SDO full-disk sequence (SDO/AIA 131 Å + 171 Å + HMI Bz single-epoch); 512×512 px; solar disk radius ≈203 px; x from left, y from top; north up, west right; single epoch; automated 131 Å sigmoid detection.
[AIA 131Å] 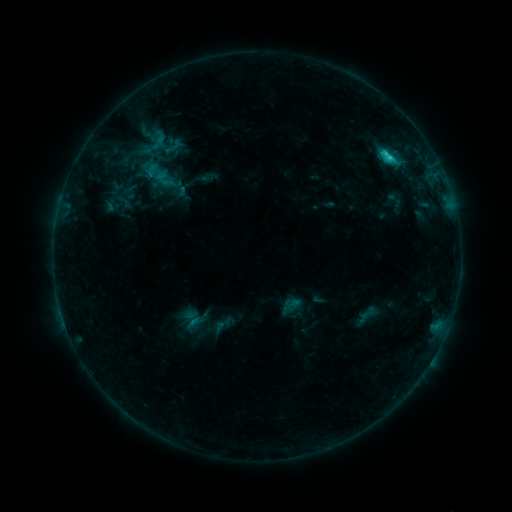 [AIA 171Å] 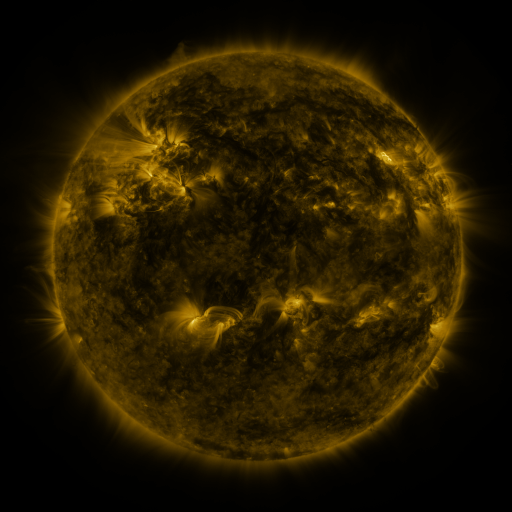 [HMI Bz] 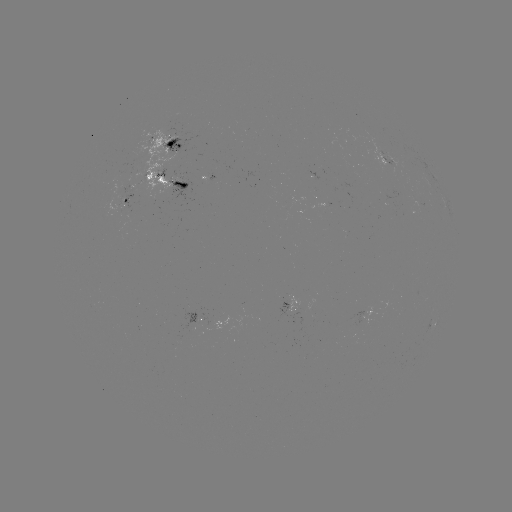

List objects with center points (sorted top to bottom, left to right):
sigmoid: (163, 137, 182, 156)
